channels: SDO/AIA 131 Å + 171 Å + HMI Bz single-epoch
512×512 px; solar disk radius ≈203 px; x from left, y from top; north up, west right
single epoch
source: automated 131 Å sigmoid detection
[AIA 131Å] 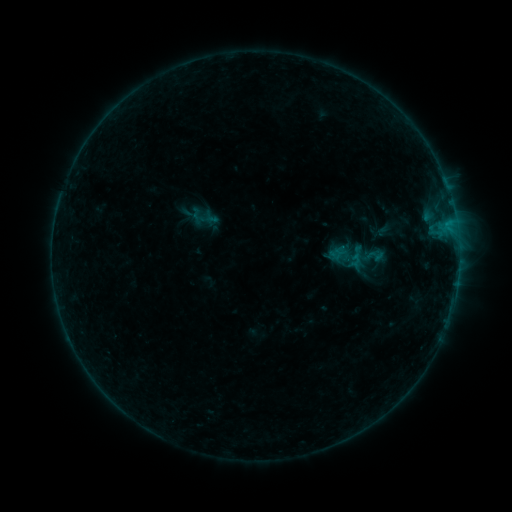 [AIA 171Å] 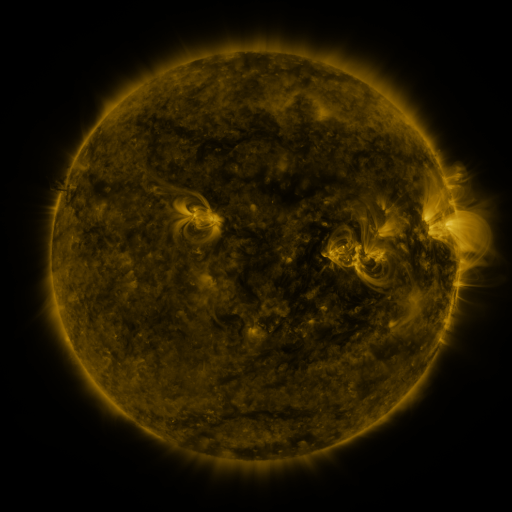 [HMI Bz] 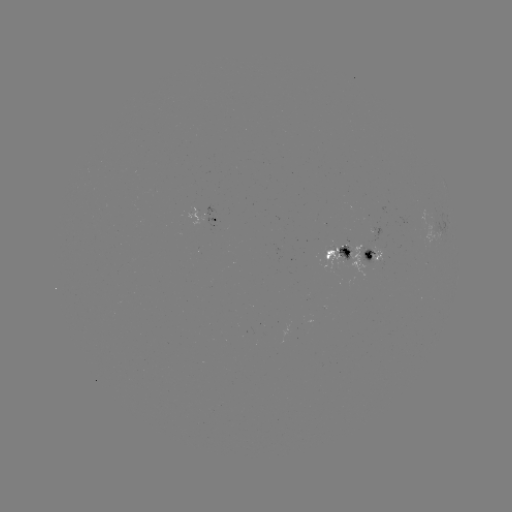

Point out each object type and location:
sigmoid: <bbox>326, 235, 371, 278</bbox>
